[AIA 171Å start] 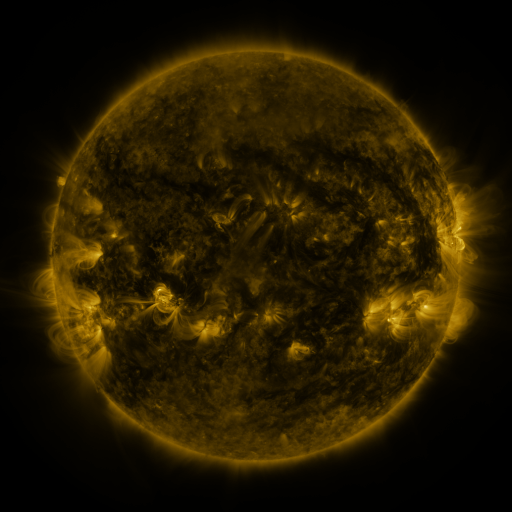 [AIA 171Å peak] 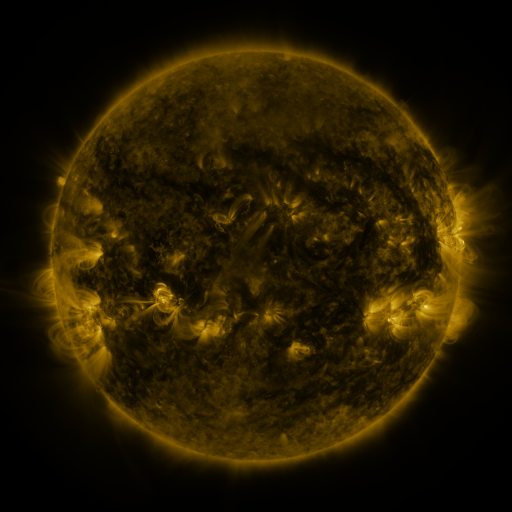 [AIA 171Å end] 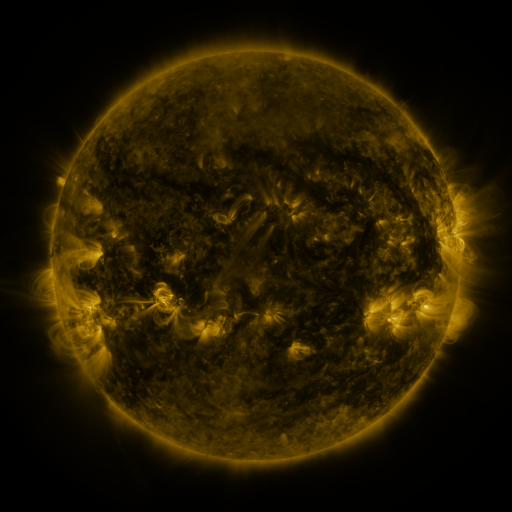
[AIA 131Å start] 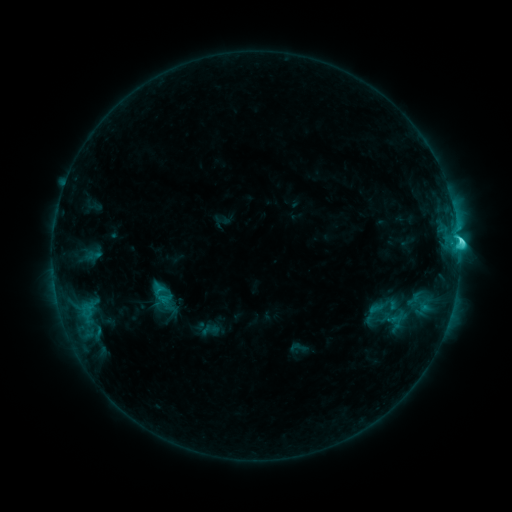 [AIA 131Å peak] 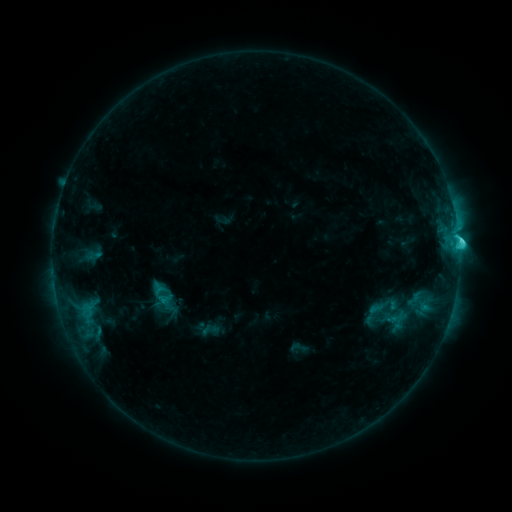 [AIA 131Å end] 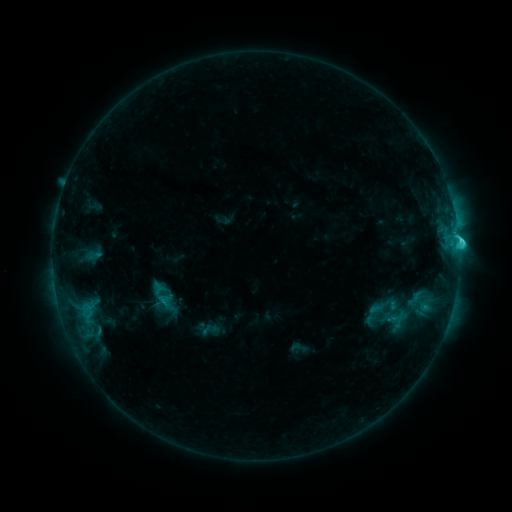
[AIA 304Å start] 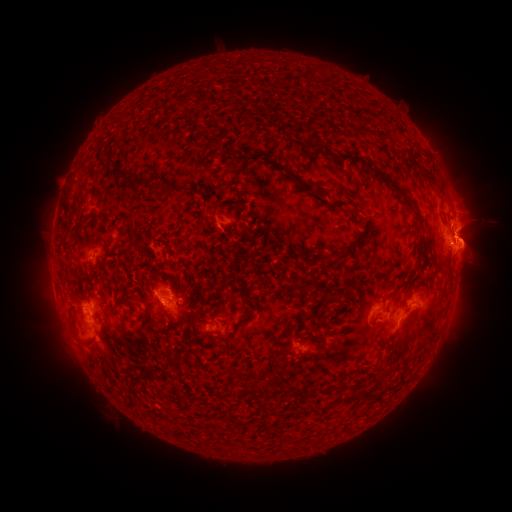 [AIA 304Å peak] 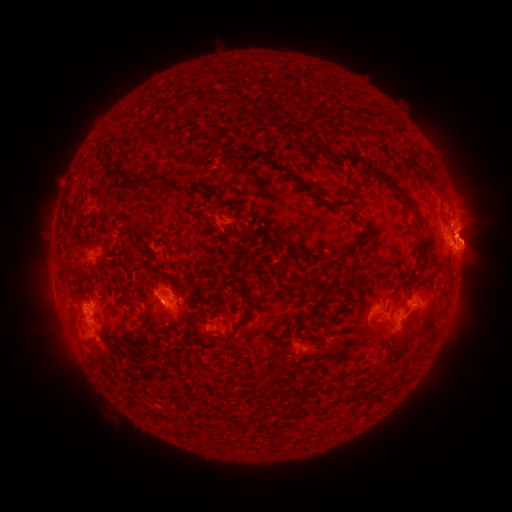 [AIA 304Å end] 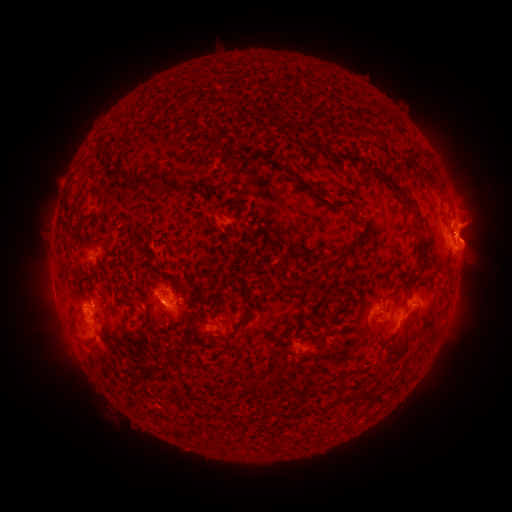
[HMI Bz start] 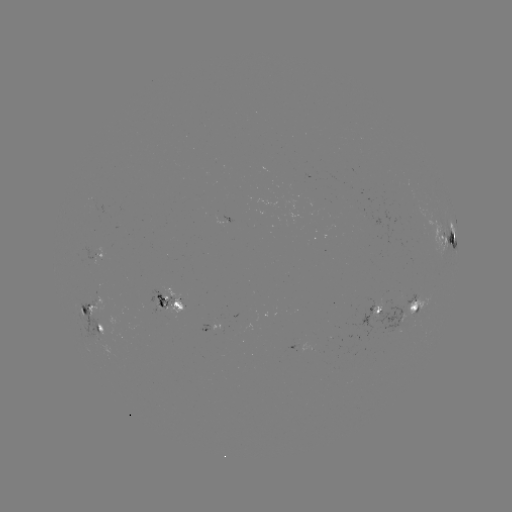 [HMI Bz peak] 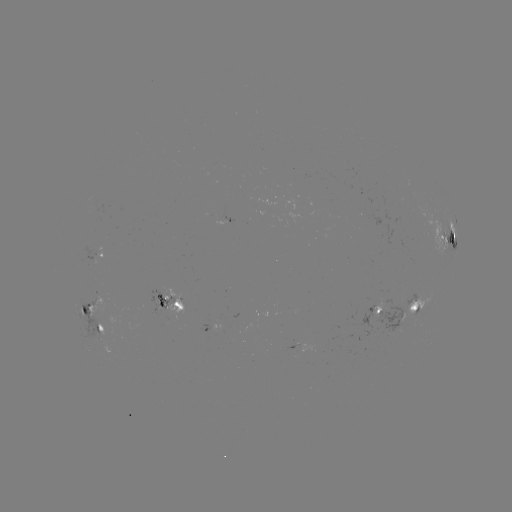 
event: eruption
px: (470, 225)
